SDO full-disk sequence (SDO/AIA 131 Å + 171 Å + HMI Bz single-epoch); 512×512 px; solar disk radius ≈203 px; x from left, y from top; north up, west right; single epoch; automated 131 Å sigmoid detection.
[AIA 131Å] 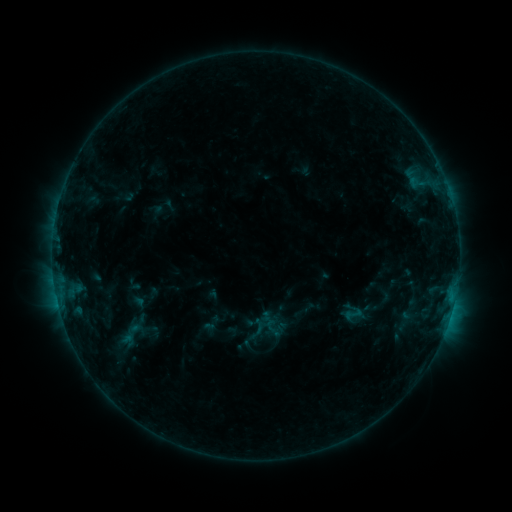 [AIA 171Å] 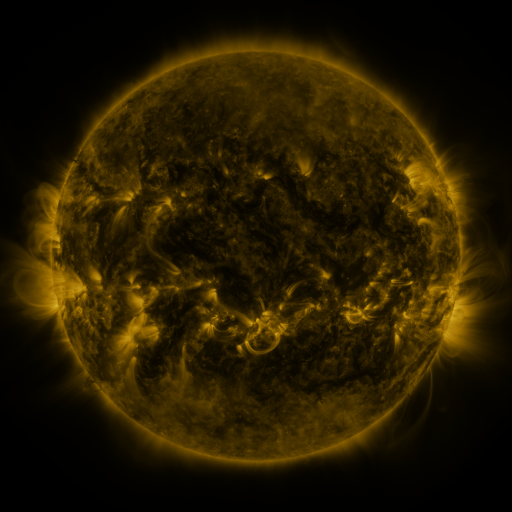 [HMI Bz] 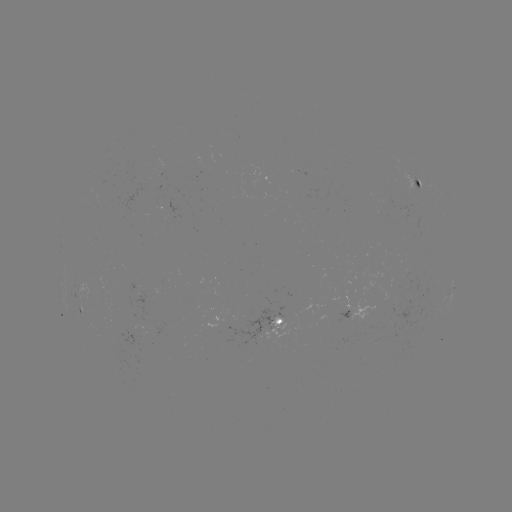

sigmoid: <bbox>342, 302, 364, 325</bbox>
